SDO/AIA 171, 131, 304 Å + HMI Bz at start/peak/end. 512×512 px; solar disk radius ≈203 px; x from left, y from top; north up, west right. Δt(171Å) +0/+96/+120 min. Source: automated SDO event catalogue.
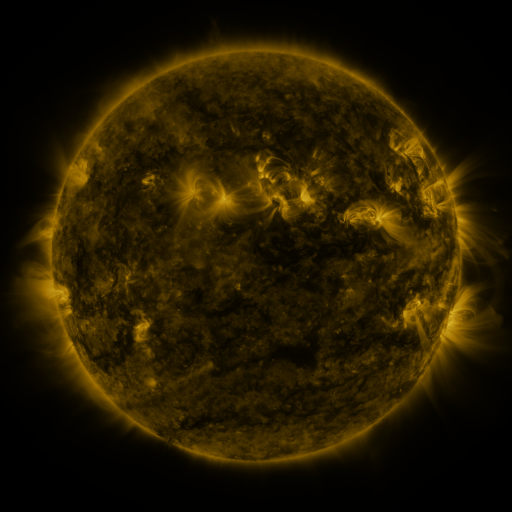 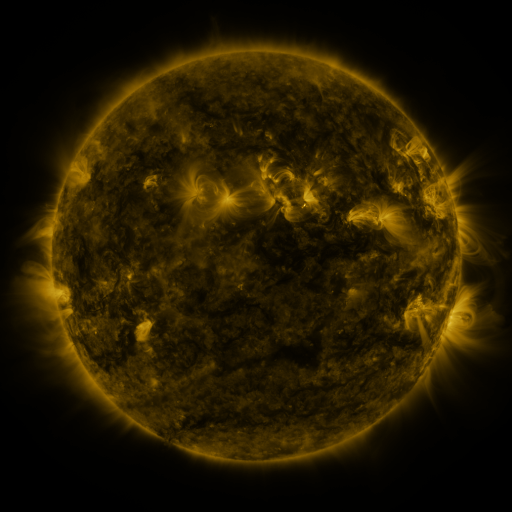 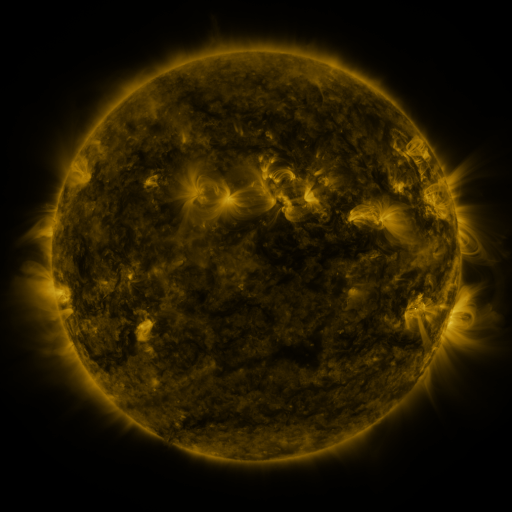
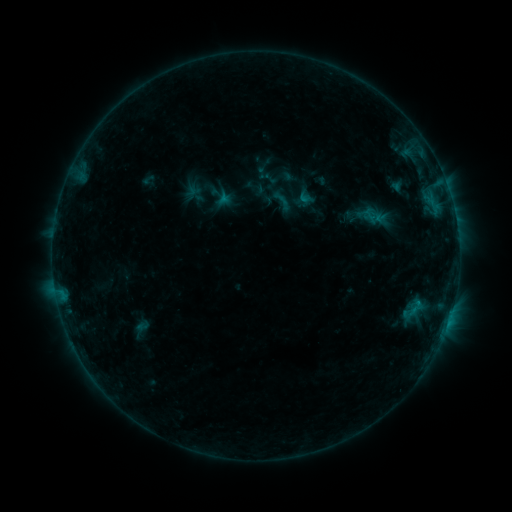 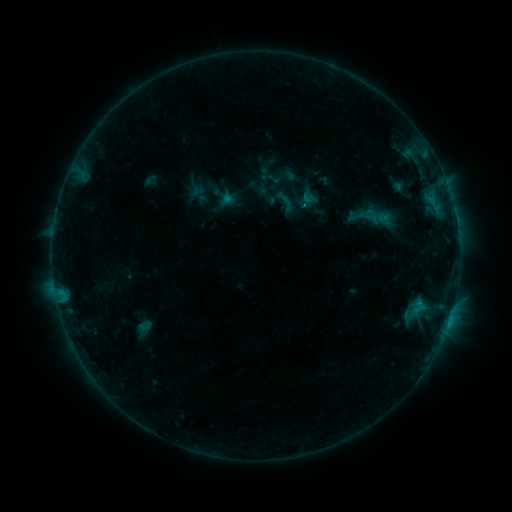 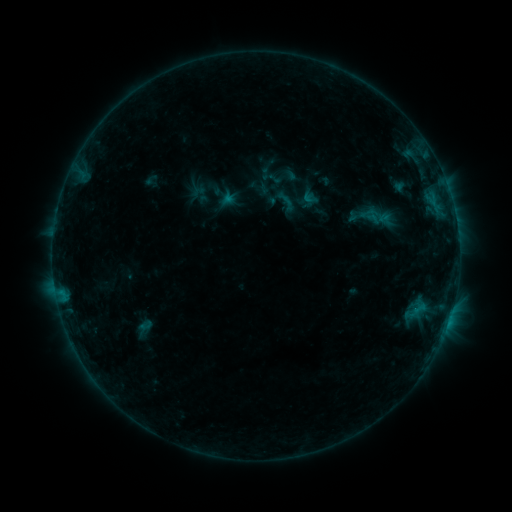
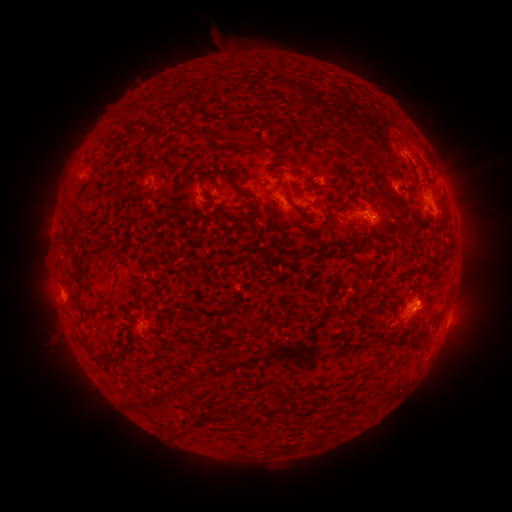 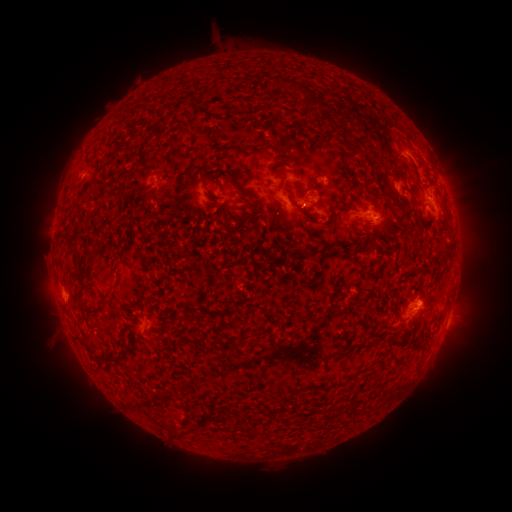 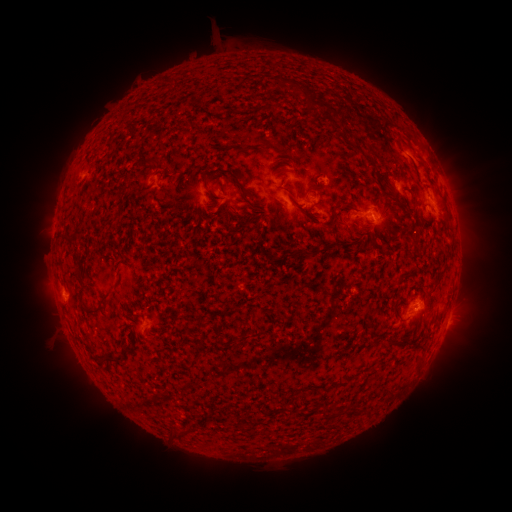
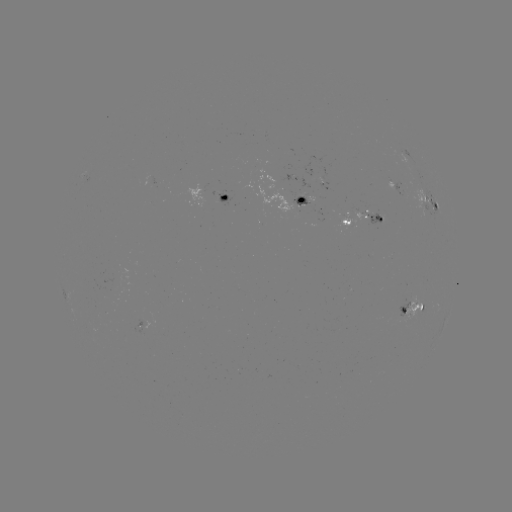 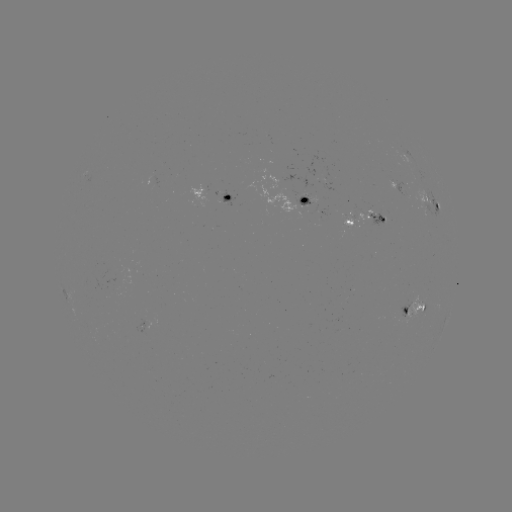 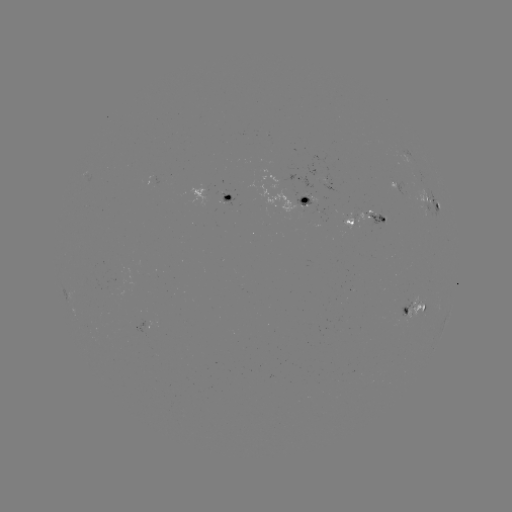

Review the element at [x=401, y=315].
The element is emerging-flux region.